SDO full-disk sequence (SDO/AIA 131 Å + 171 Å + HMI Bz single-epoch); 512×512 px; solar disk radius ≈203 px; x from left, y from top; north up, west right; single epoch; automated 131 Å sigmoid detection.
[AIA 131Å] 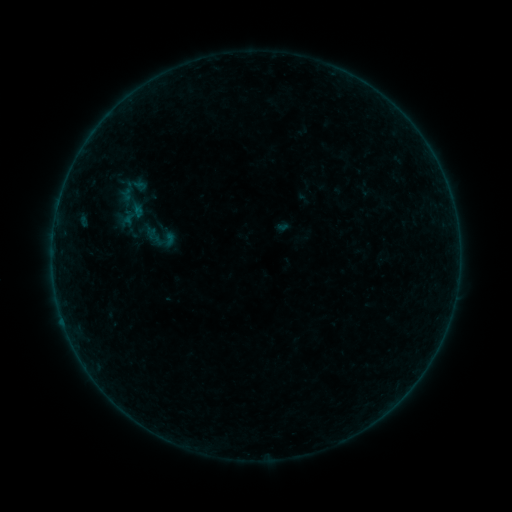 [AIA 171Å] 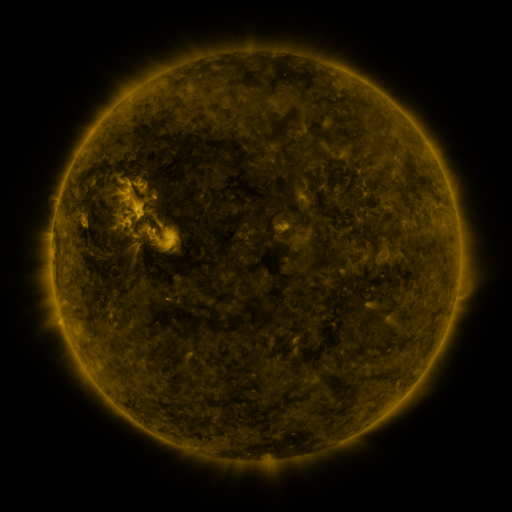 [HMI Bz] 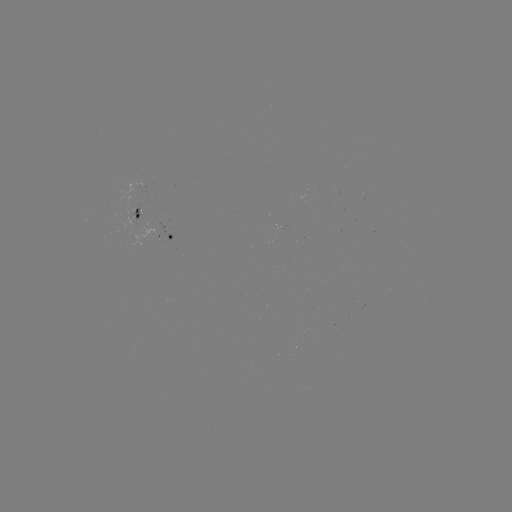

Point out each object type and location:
sigmoid: (157, 236)
